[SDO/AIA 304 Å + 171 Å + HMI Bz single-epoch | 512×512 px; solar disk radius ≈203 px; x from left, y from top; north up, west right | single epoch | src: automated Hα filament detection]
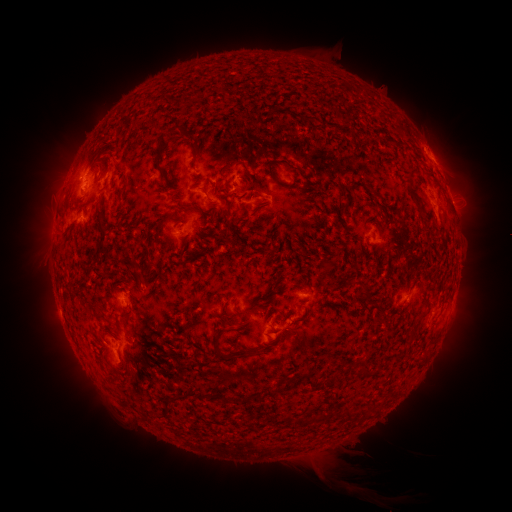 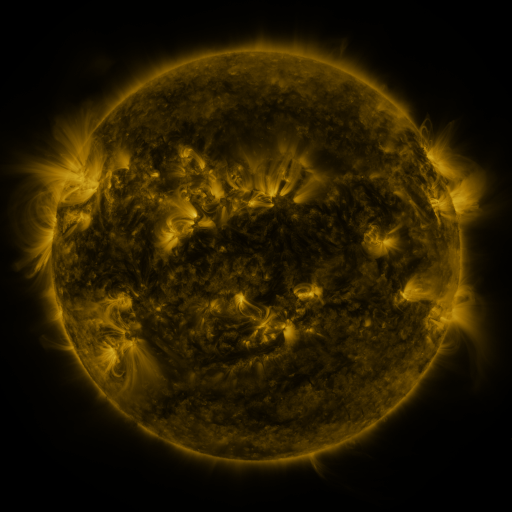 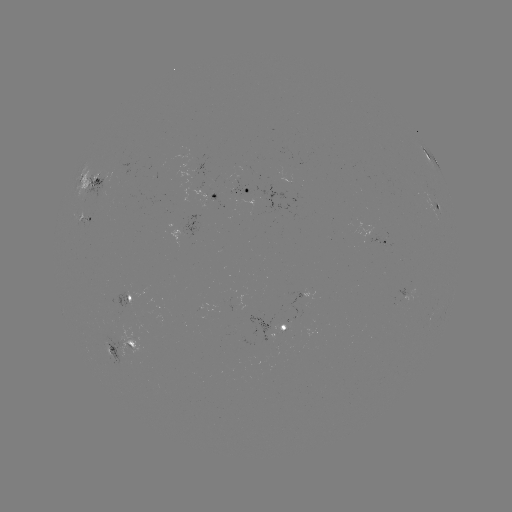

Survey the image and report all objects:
filament: <bbox>283, 108, 308, 122</bbox>
filament: <bbox>171, 125, 180, 134</bbox>
filament: <bbox>185, 130, 199, 144</bbox>
filament: <bbox>155, 132, 169, 181</bbox>
filament: <bbox>279, 159, 300, 173</bbox>
filament: <bbox>267, 161, 276, 179</bbox>
filament: <bbox>218, 162, 237, 178</bbox>
filament: <bbox>405, 169, 422, 209</bbox>
filament: <bbox>93, 176, 102, 184</bbox>
filament: <bbox>122, 178, 130, 191</bbox>
filament: <bbox>178, 200, 197, 211</bbox>
filament: <bbox>159, 215, 171, 224</bbox>
filament: <bbox>93, 217, 107, 259</bbox>
filament: <bbox>177, 259, 188, 266</bbox>
filament: <bbox>320, 261, 332, 279</bbox>
filament: <bbox>359, 285, 367, 295</bbox>
filament: <bbox>225, 320, 236, 328</bbox>
filament: <bbox>404, 337, 412, 346</bbox>
filament: <bbox>125, 339, 135, 348</bbox>
filament: <bbox>211, 340, 231, 361</bbox>
filament: <bbox>358, 365, 368, 375</bbox>
filament: <bbox>301, 371, 315, 390</bbox>
filament: <bbox>265, 388, 274, 399</bbox>
filament: <bbox>196, 391, 212, 399</bbox>
filament: <bbox>252, 393, 260, 403</bbox>
filament: <bbox>220, 394, 233, 403</bbox>
filament: <bbox>239, 395, 248, 403</bbox>
filament: <bbox>357, 410, 368, 419</bbox>
filament: <bbox>315, 413, 327, 422</bbox>
filament: <bbox>294, 418, 303, 429</bbox>
